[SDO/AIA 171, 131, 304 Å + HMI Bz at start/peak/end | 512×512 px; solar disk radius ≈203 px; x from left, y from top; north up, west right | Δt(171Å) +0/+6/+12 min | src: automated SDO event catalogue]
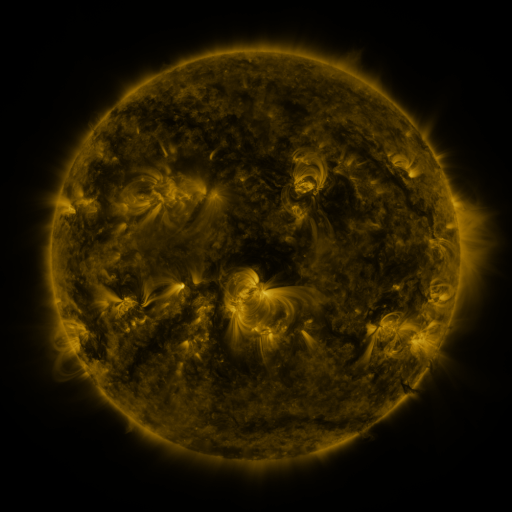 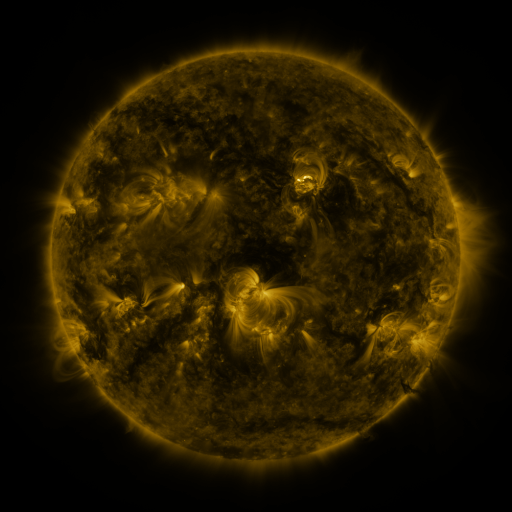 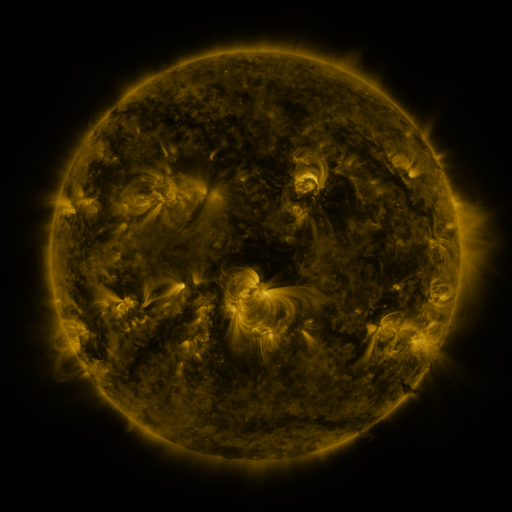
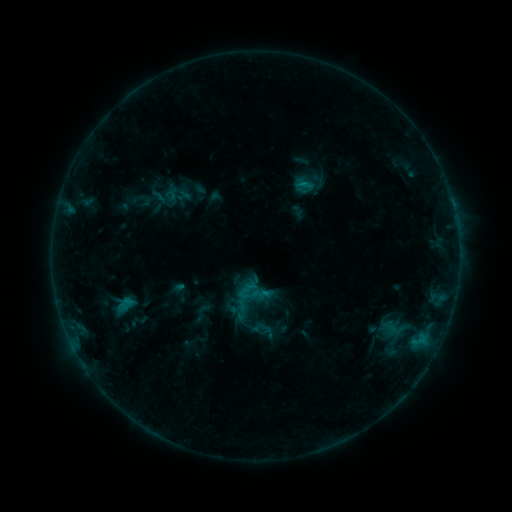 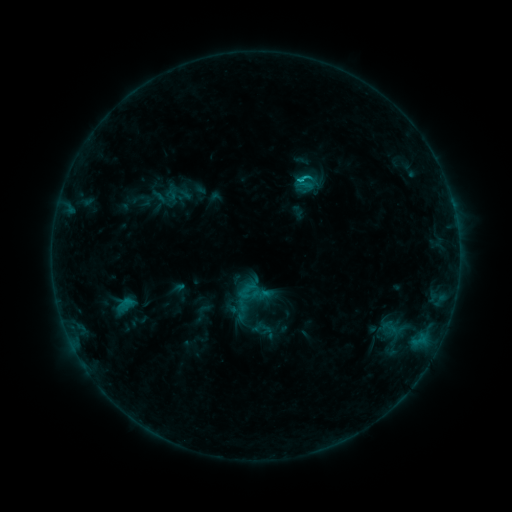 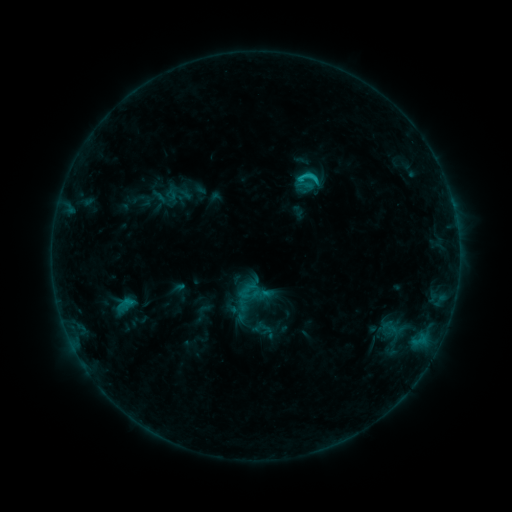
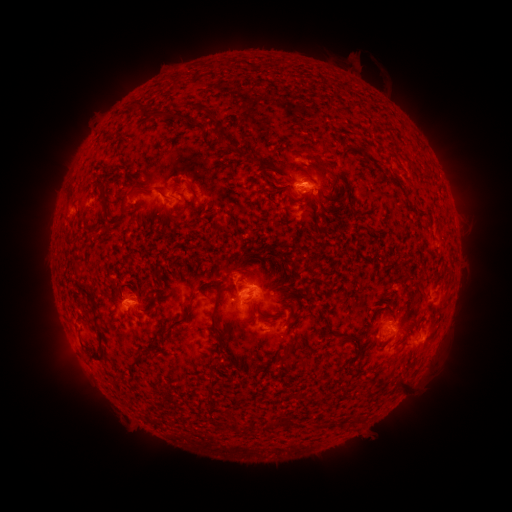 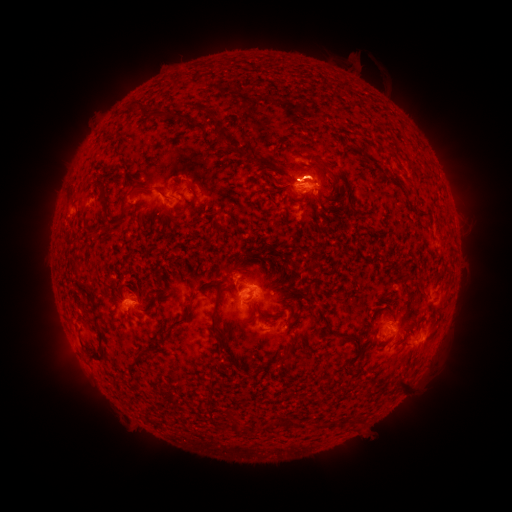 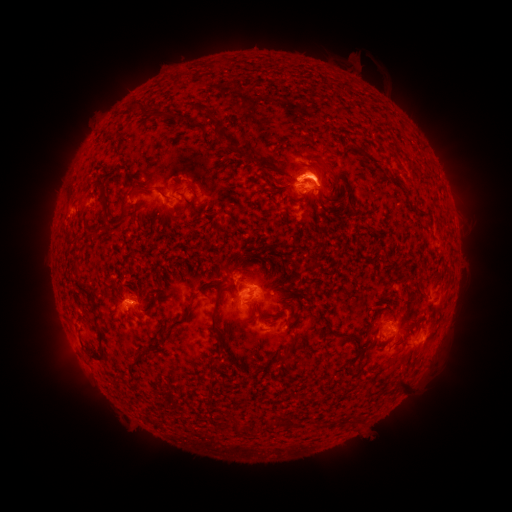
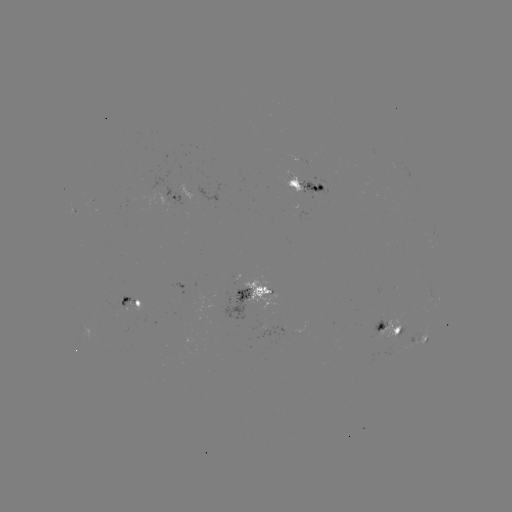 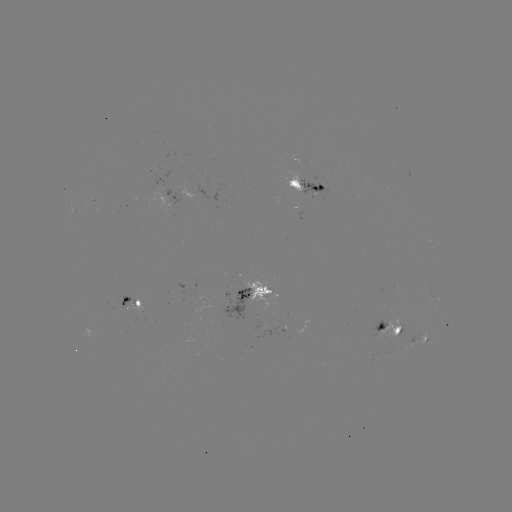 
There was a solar flare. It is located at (303, 179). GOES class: C2.4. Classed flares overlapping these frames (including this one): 1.